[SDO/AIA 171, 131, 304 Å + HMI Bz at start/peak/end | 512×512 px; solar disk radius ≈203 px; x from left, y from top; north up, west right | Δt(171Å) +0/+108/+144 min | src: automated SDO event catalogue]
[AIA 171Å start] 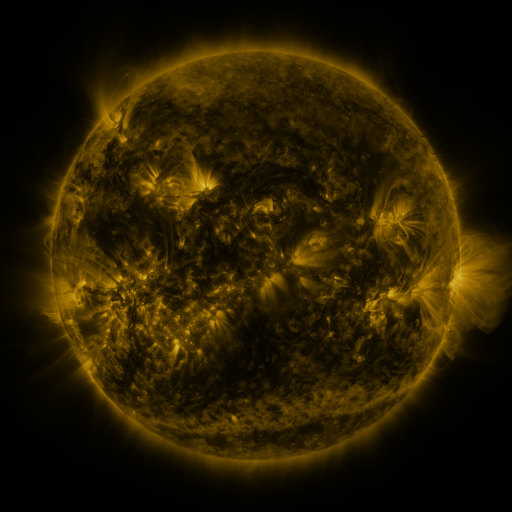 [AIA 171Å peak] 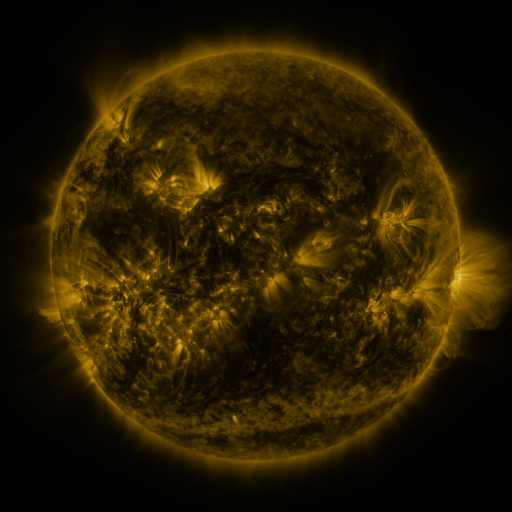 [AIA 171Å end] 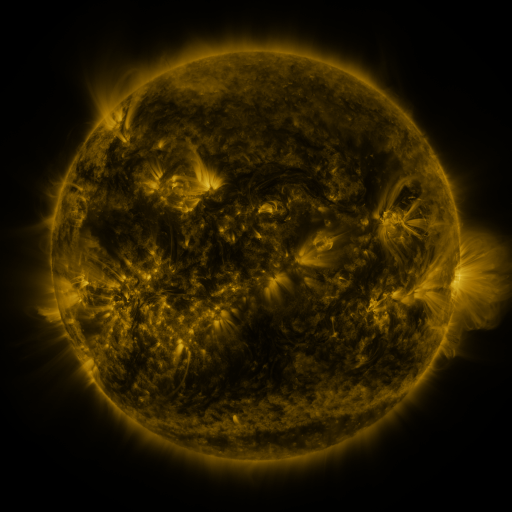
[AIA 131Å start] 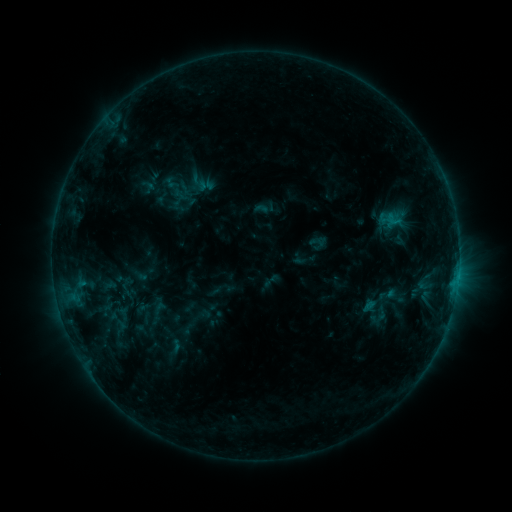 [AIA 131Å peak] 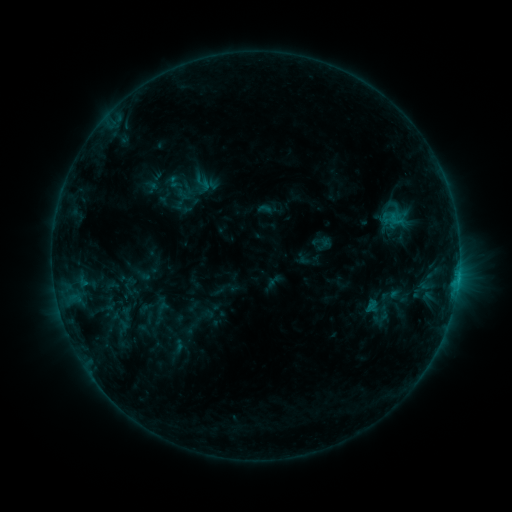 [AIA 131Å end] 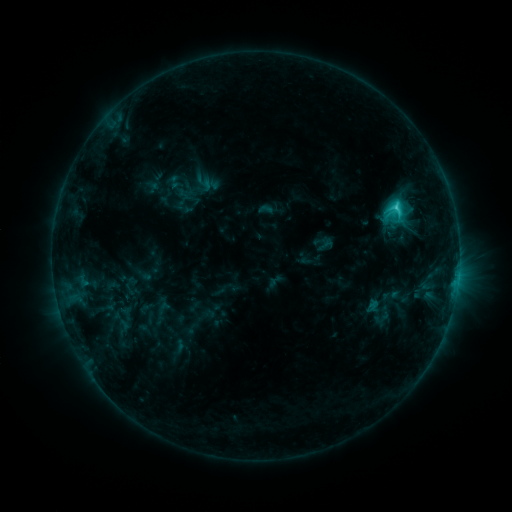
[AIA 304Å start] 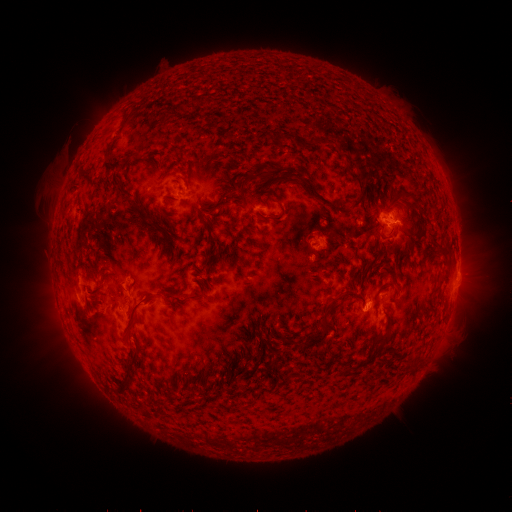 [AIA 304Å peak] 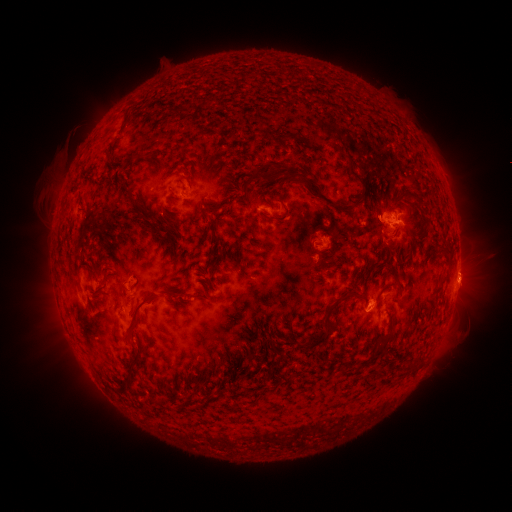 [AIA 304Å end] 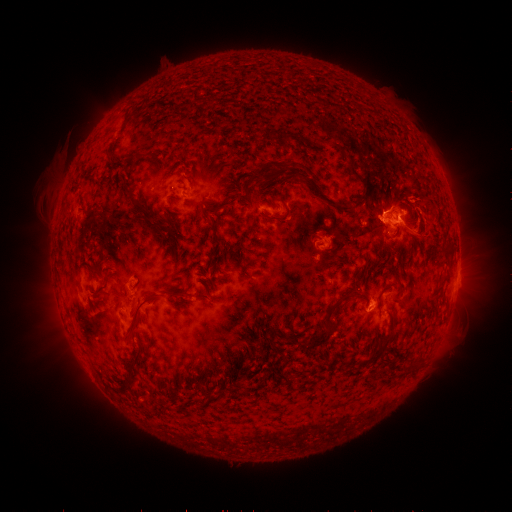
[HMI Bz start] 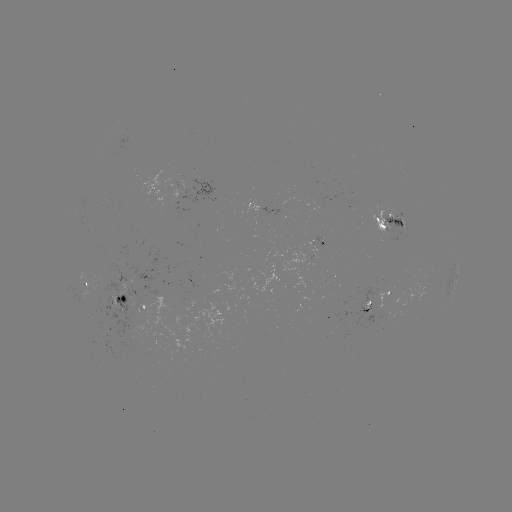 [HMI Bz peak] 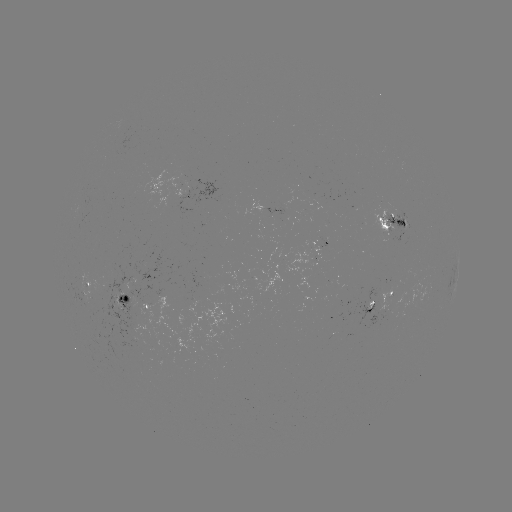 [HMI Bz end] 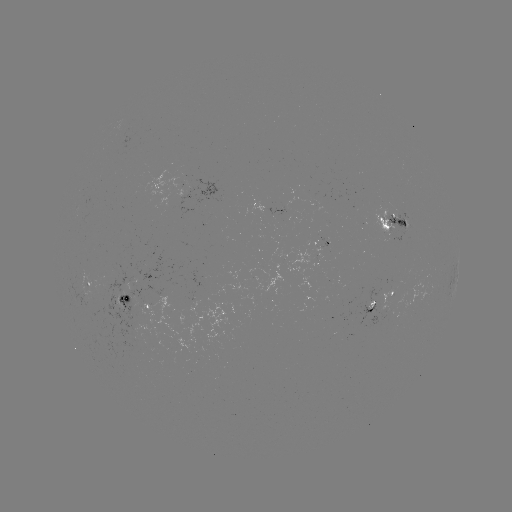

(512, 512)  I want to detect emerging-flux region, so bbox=[357, 302, 372, 310].